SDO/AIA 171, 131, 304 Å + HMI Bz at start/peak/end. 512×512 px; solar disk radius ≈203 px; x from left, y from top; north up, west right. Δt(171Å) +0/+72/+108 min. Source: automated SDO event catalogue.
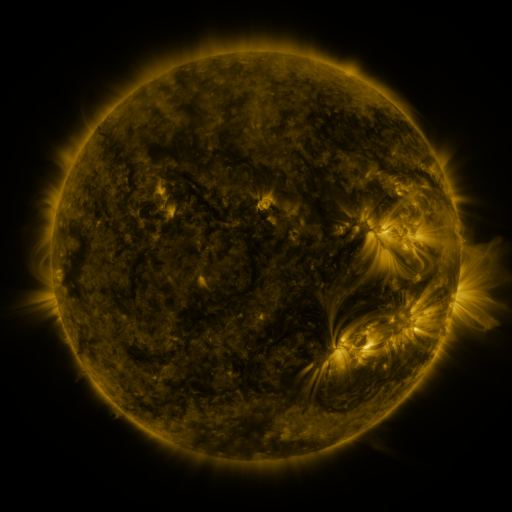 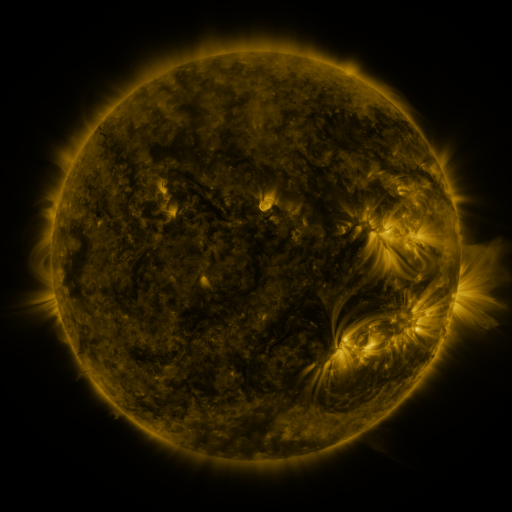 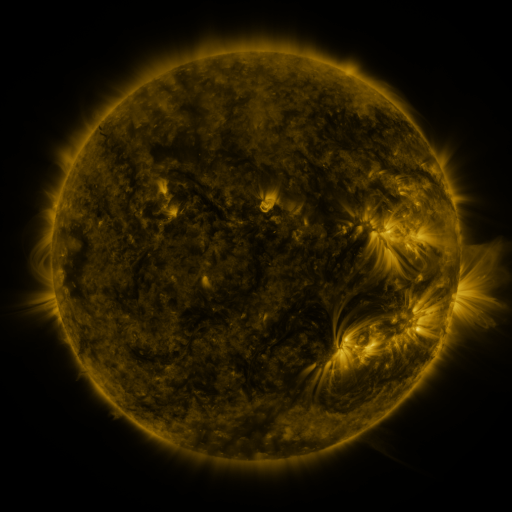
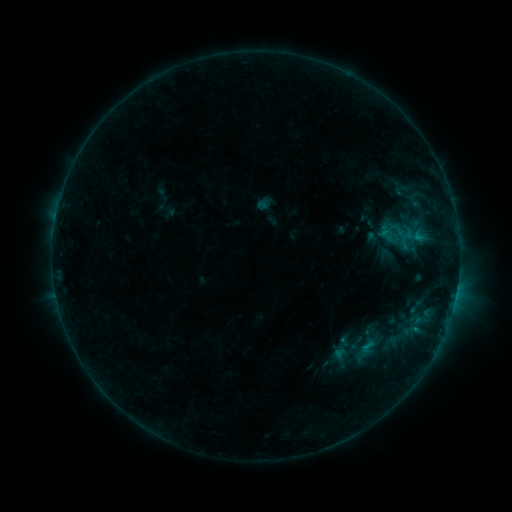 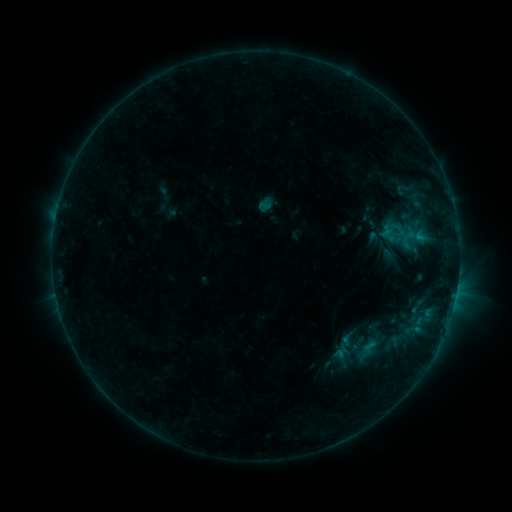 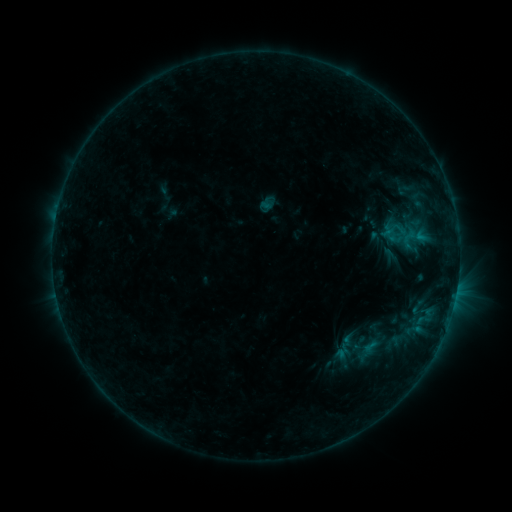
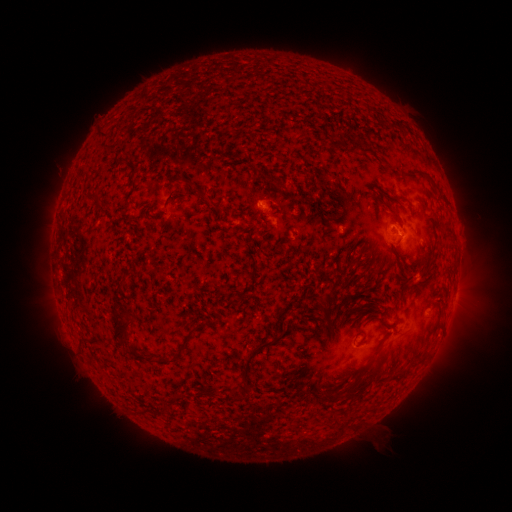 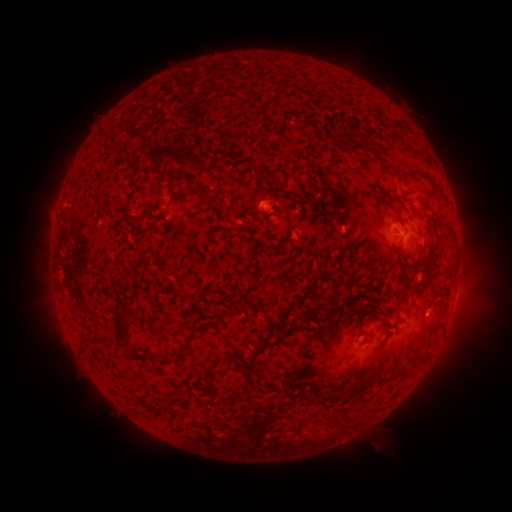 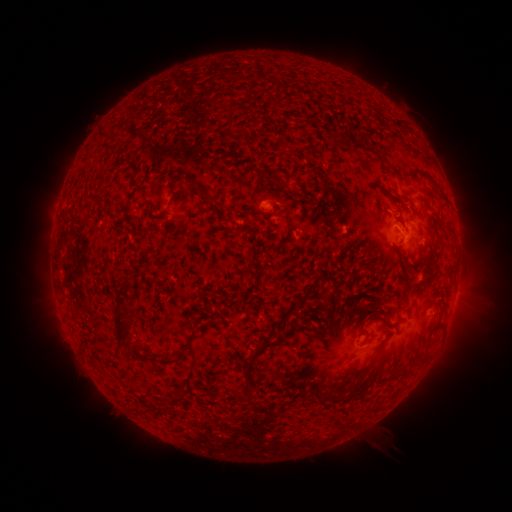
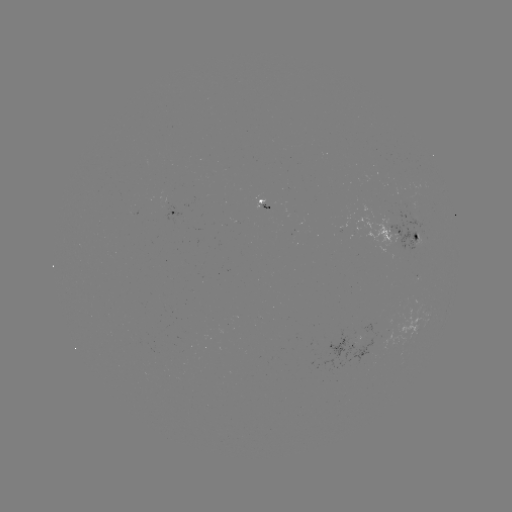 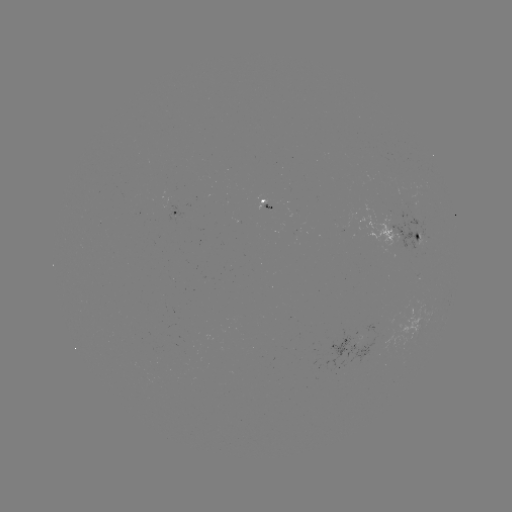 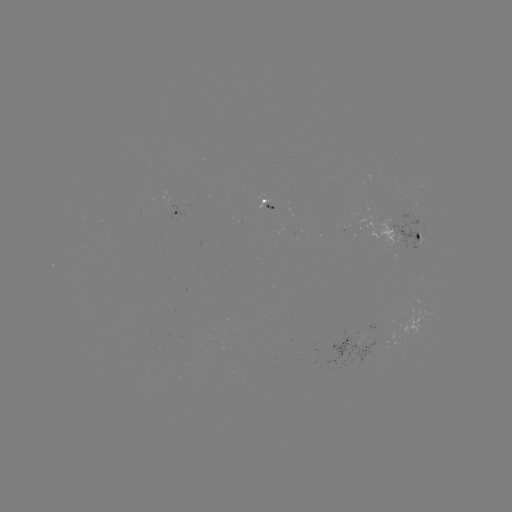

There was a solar emerging-flux region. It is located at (280, 209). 